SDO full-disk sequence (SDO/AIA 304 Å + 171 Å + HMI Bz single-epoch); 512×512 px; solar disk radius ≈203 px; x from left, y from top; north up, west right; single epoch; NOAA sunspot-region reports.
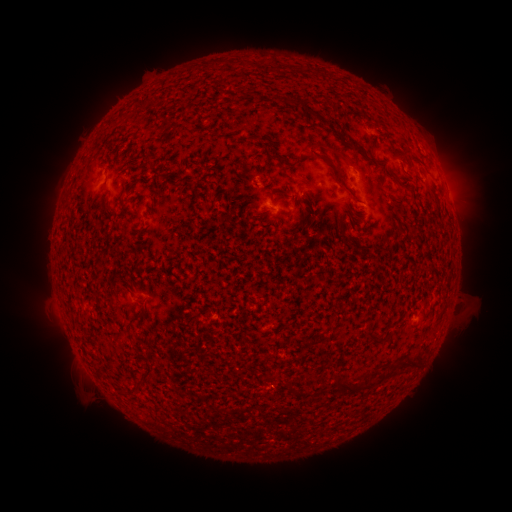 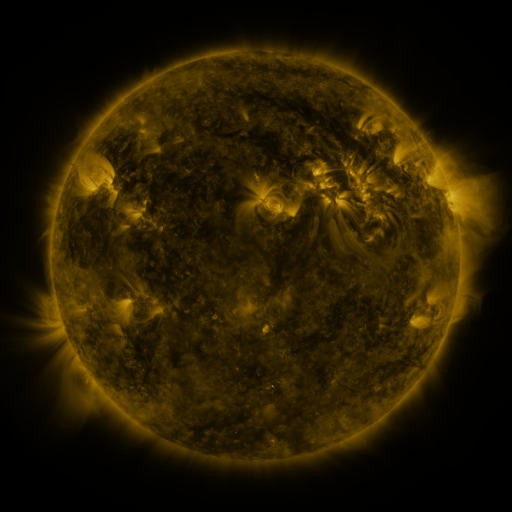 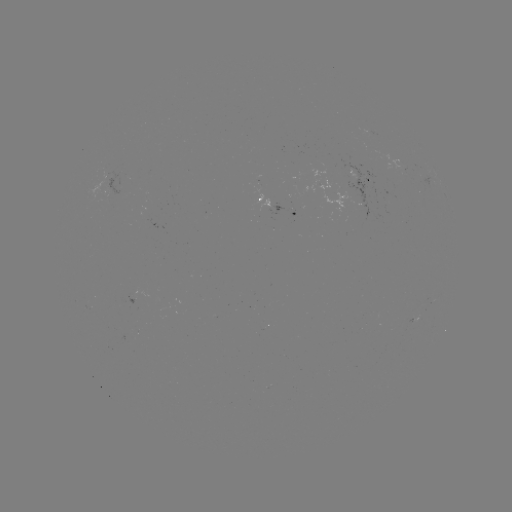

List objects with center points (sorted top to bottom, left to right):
spotted active region: (363, 181)
spotted active region: (276, 203)
